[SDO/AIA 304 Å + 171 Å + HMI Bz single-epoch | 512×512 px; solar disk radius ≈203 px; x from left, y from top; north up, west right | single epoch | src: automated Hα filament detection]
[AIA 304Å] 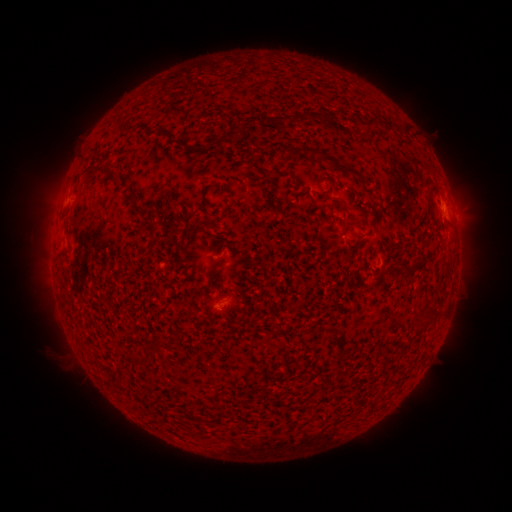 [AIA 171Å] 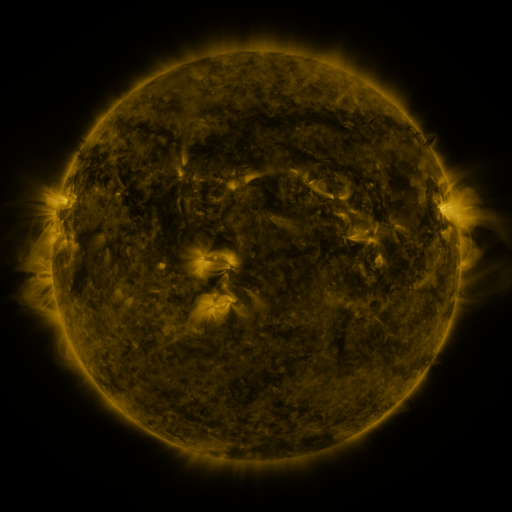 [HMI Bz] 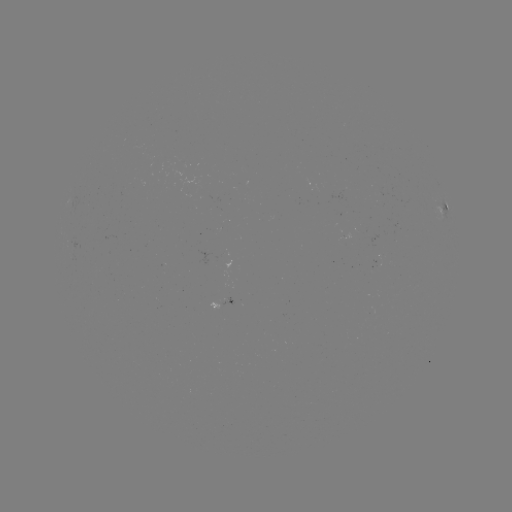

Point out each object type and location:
filament: (292, 110, 317, 122)
filament: (324, 113, 336, 122)
filament: (366, 114, 380, 126)
filament: (130, 123, 140, 131)
filament: (385, 123, 393, 132)
filament: (301, 146, 365, 182)
filament: (103, 168, 118, 183)
filament: (425, 180, 438, 211)
filament: (192, 218, 215, 230)
filament: (150, 224, 159, 233)
filament: (208, 265, 216, 278)
filament: (414, 319, 428, 329)
filament: (124, 354, 144, 366)
filament: (108, 368, 121, 377)
